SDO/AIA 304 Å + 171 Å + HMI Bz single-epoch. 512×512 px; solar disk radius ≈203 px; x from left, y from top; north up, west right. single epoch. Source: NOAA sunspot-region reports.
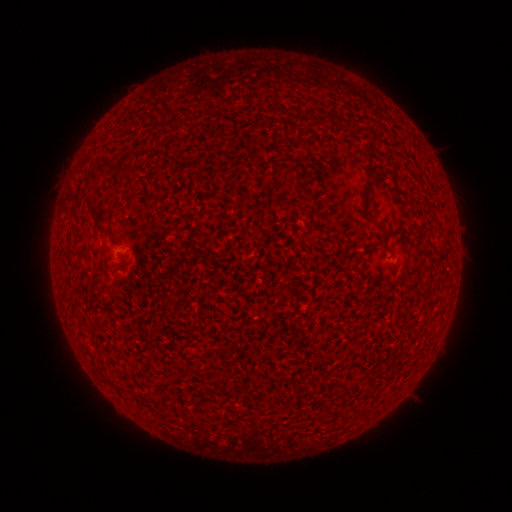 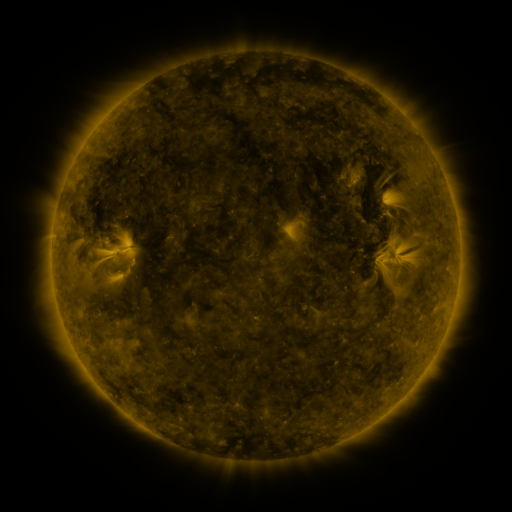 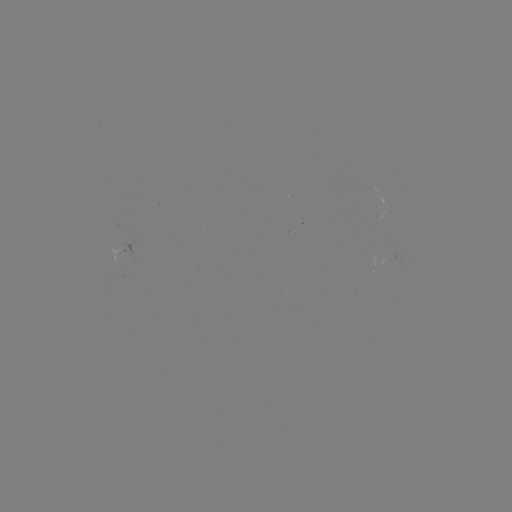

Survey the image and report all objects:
(none)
